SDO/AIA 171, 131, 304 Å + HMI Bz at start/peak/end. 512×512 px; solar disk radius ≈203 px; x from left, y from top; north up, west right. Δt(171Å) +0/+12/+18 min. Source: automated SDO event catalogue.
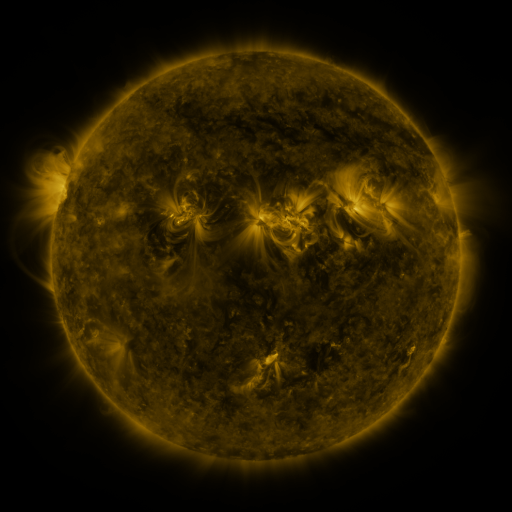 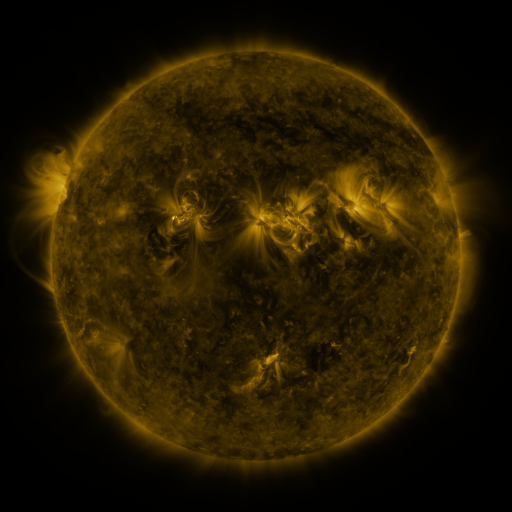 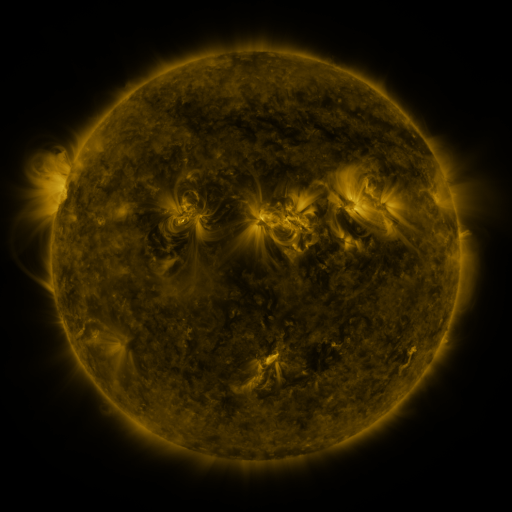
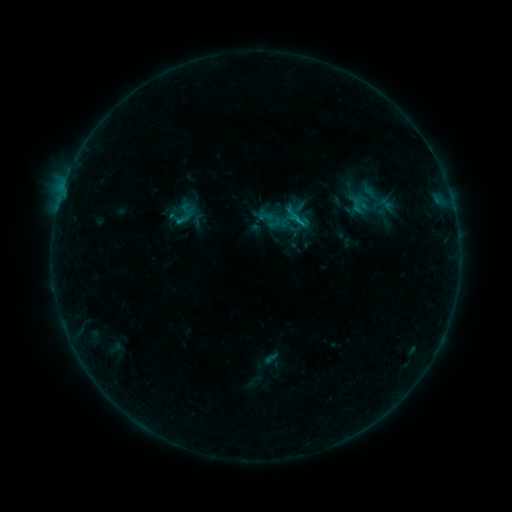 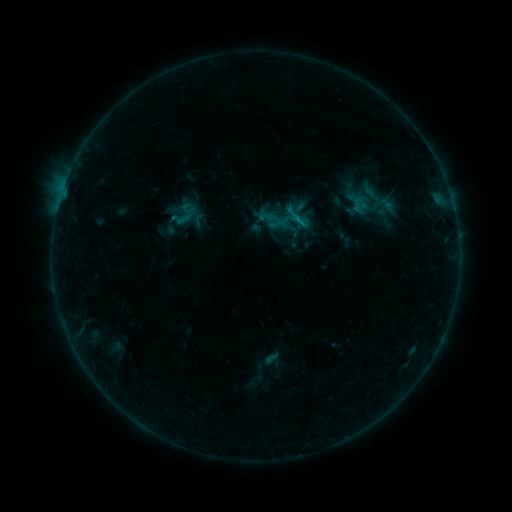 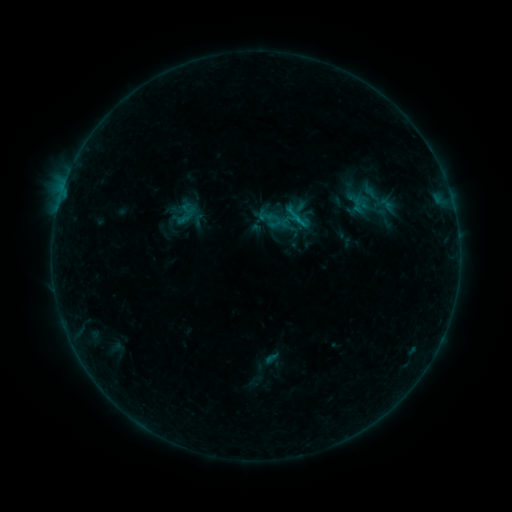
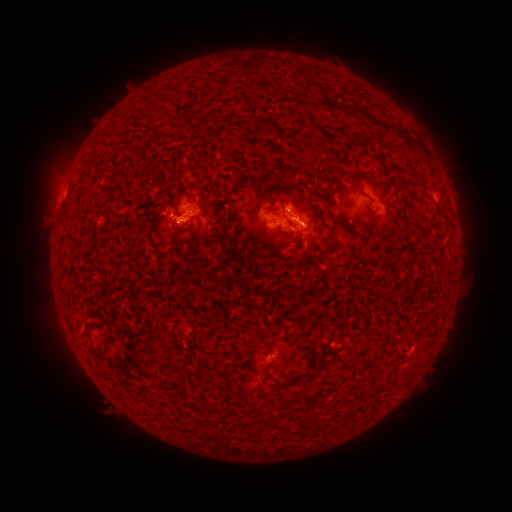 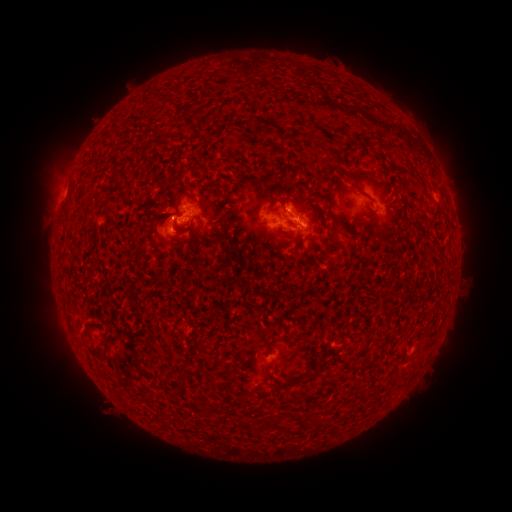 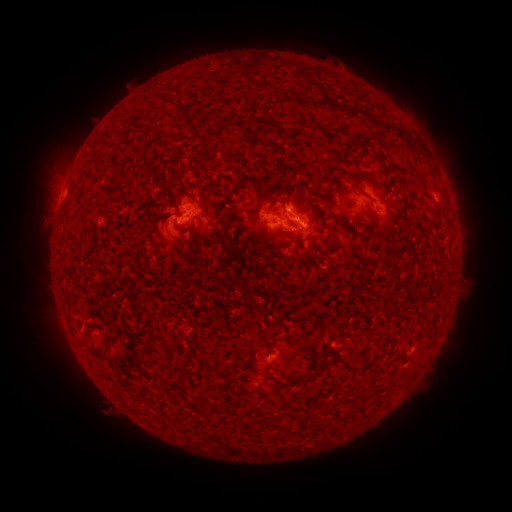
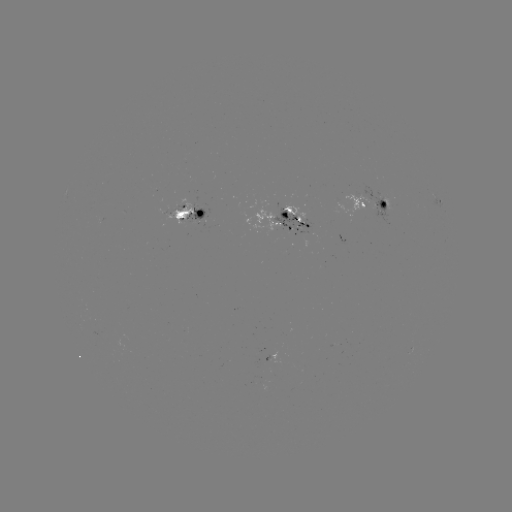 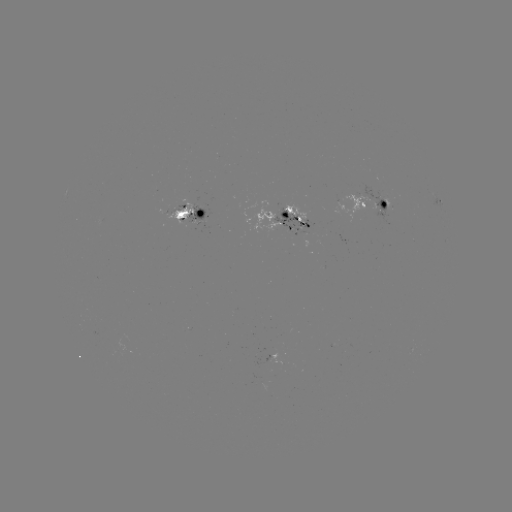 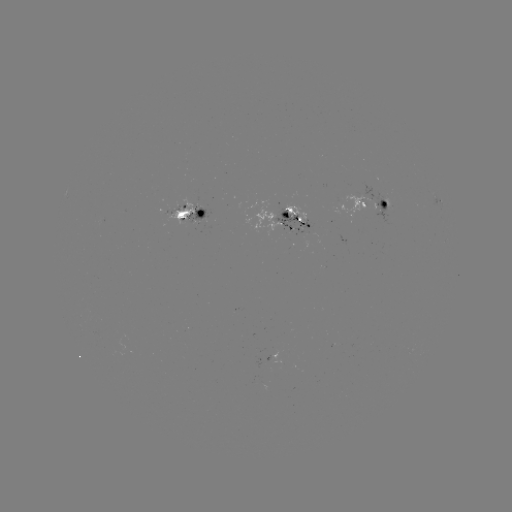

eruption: (129, 180, 209, 263)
